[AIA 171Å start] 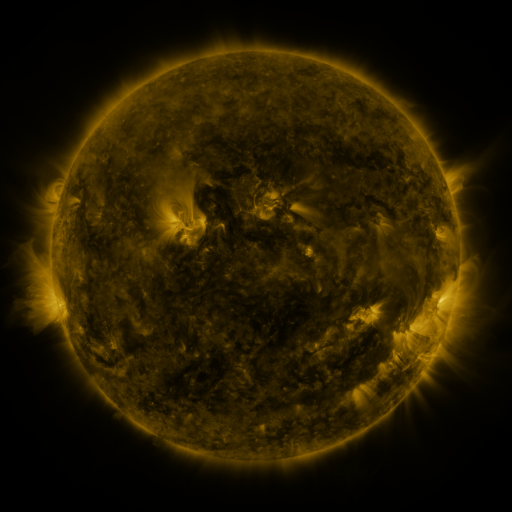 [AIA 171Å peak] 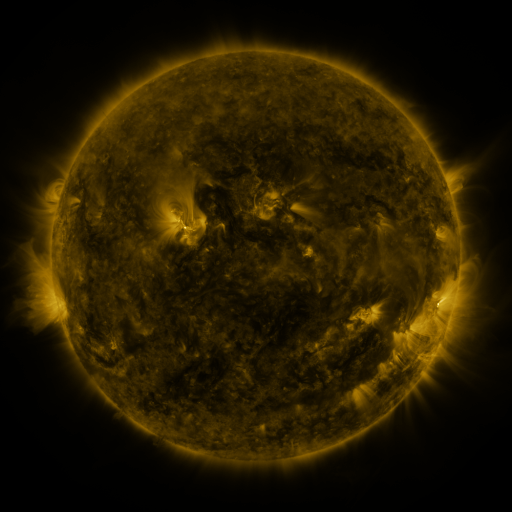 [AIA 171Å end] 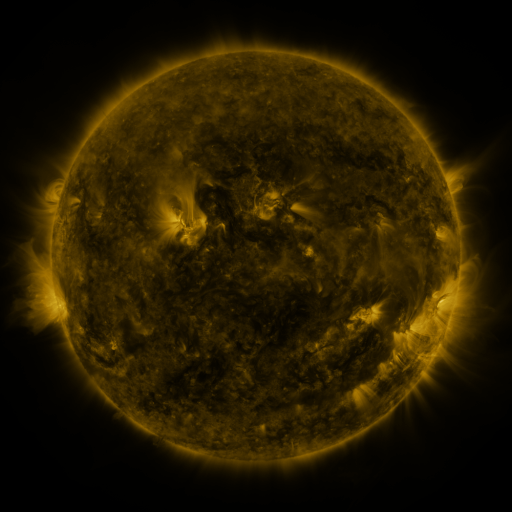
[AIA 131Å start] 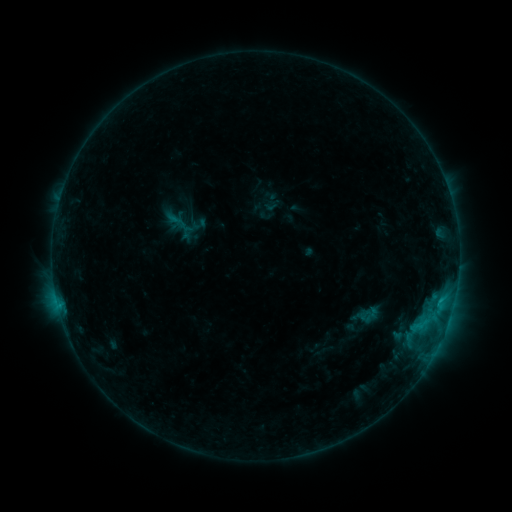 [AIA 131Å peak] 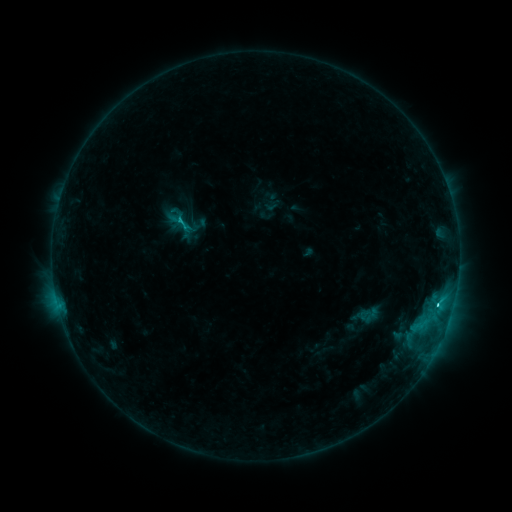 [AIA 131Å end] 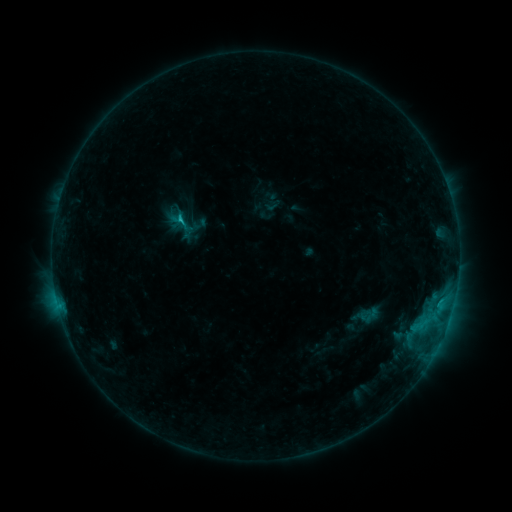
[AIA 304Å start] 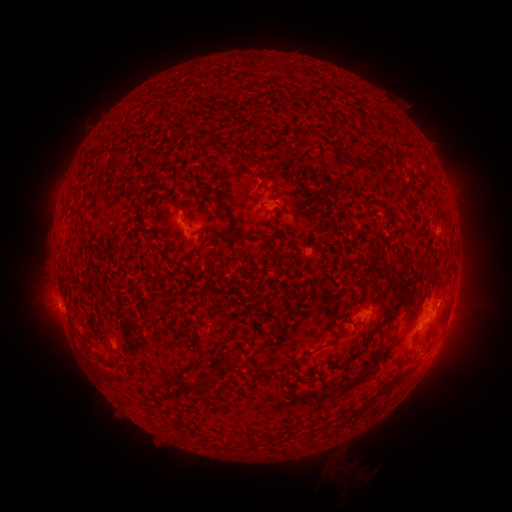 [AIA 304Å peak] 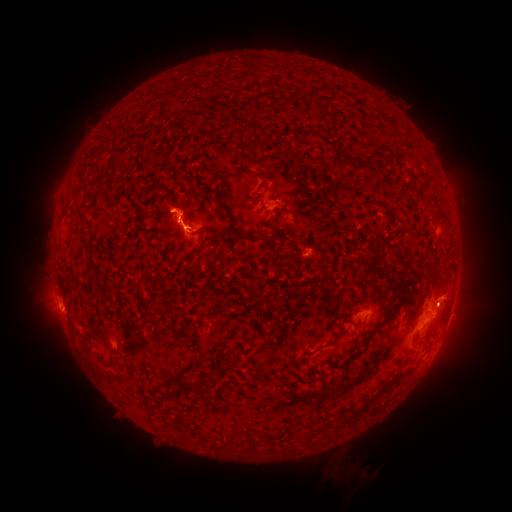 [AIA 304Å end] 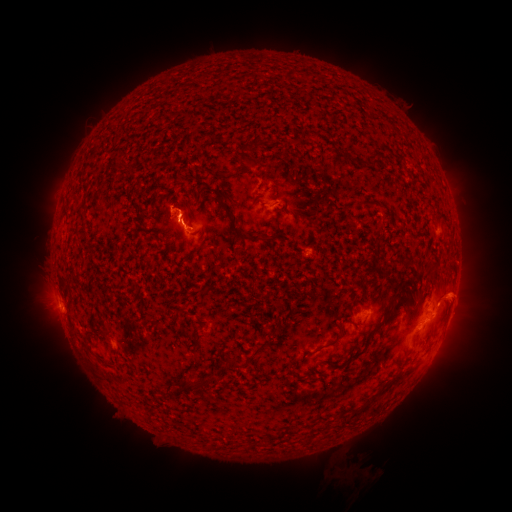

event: flare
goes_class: C1.6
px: (437, 301)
